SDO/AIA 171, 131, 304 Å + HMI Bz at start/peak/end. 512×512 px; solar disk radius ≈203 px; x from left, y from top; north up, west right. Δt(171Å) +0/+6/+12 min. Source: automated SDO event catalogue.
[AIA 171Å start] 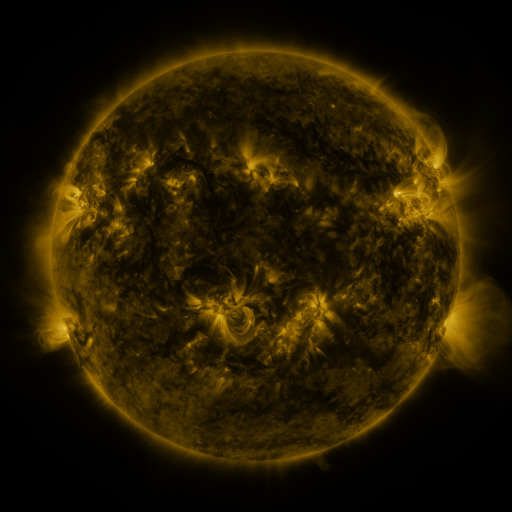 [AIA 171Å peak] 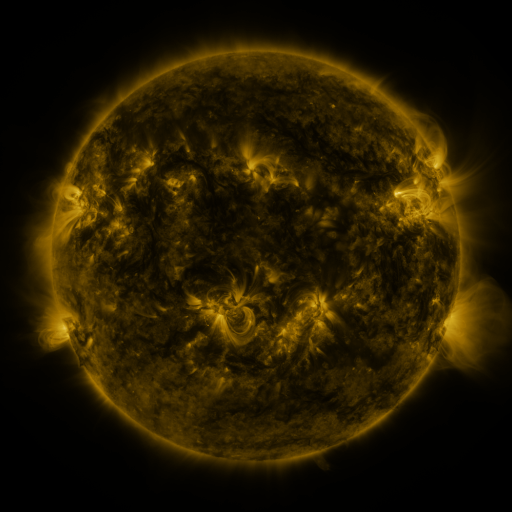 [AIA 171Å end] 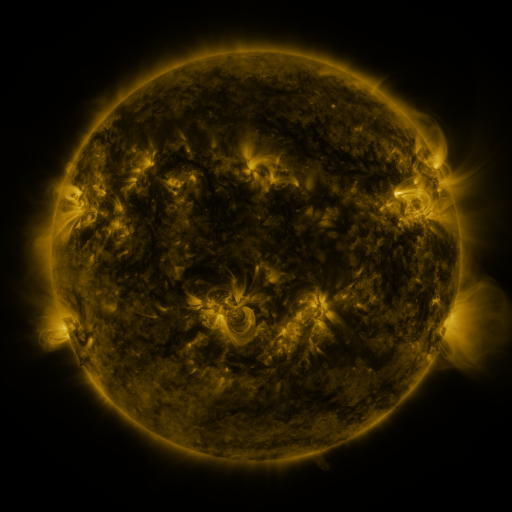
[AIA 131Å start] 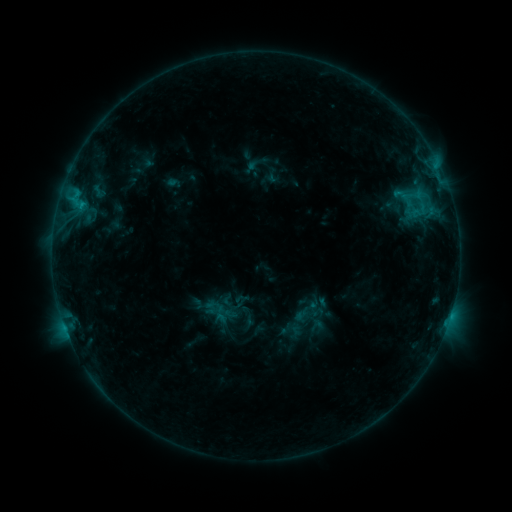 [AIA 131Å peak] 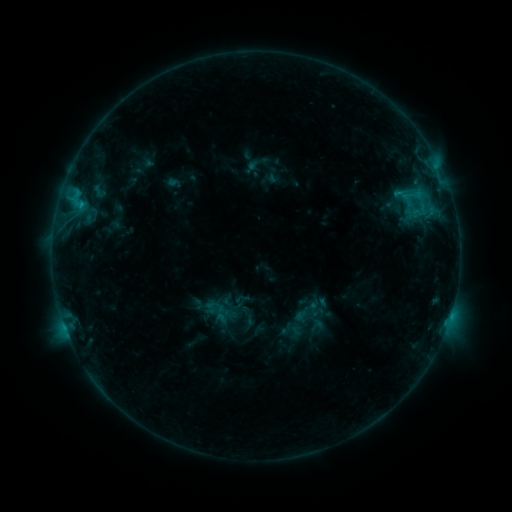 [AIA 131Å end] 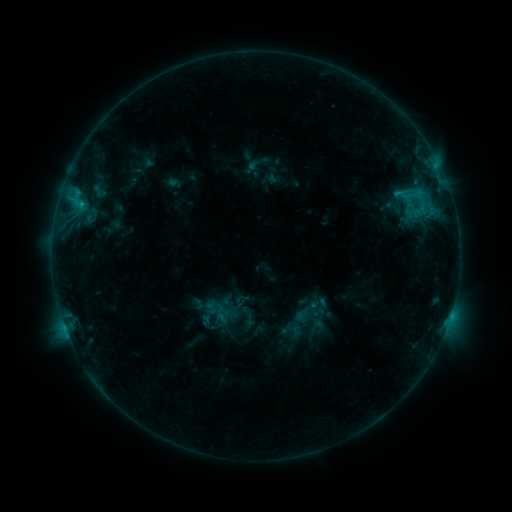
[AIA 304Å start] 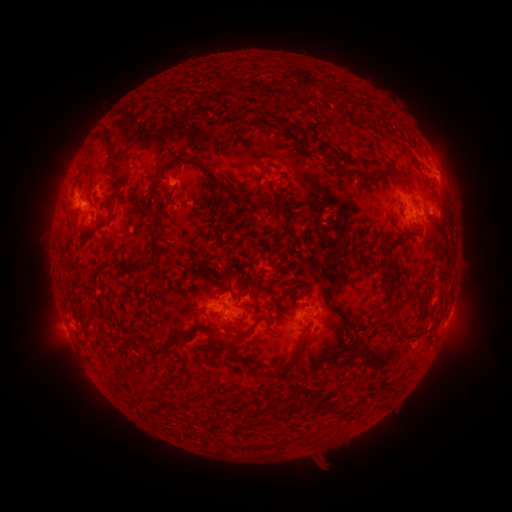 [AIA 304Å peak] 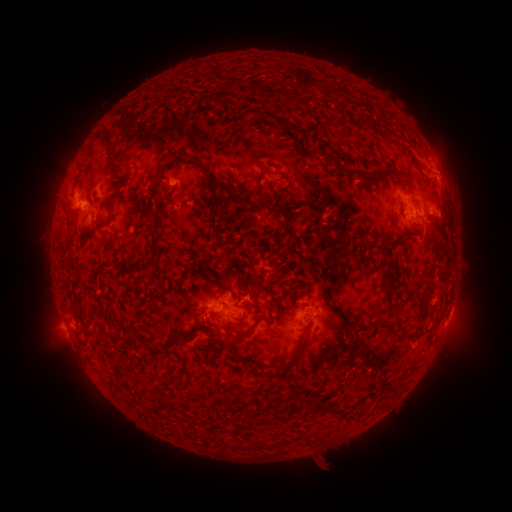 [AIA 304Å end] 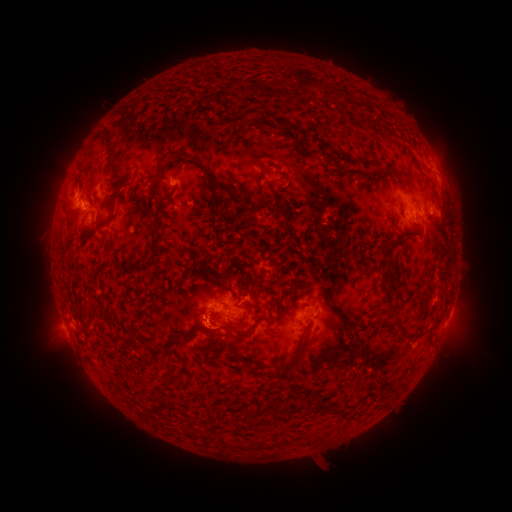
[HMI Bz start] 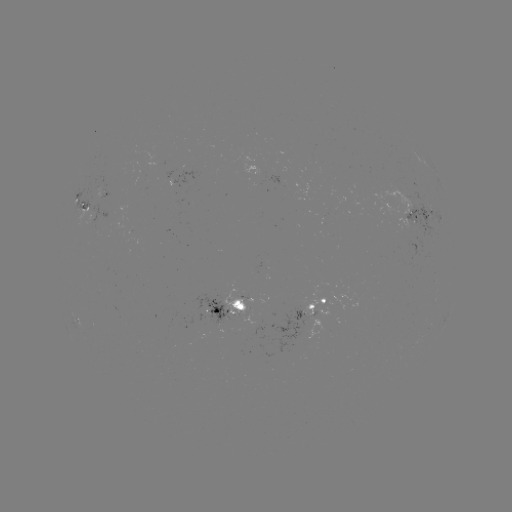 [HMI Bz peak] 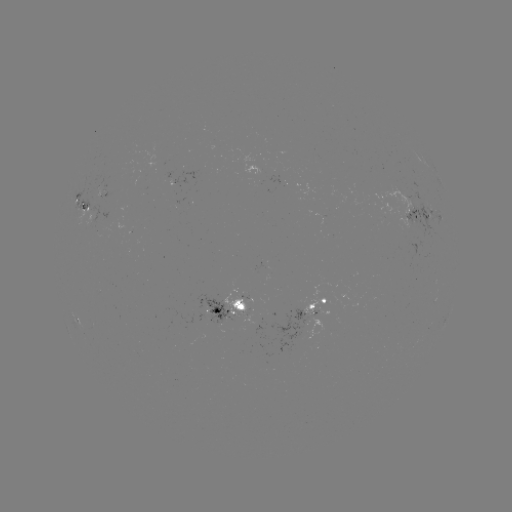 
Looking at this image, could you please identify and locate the eruption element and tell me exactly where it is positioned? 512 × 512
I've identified eruption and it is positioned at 204,336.